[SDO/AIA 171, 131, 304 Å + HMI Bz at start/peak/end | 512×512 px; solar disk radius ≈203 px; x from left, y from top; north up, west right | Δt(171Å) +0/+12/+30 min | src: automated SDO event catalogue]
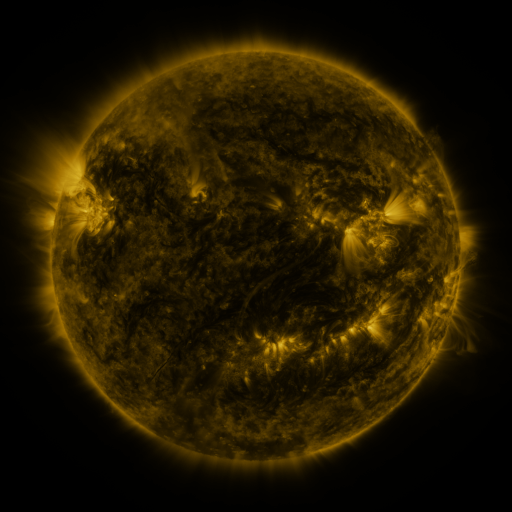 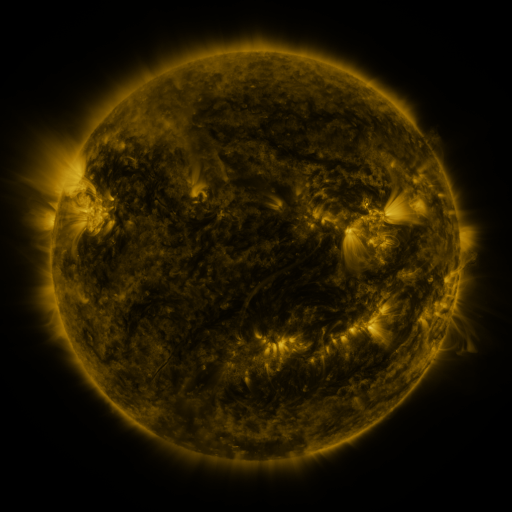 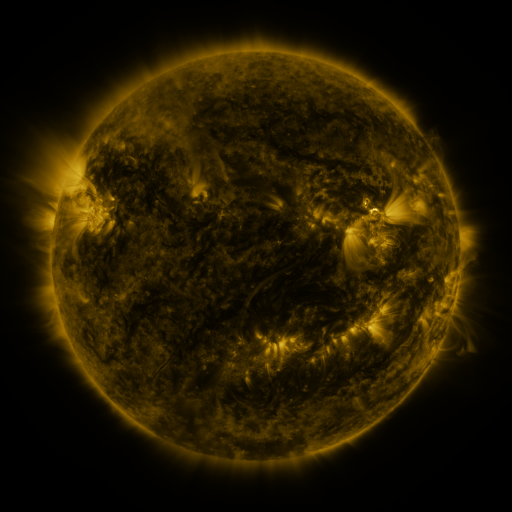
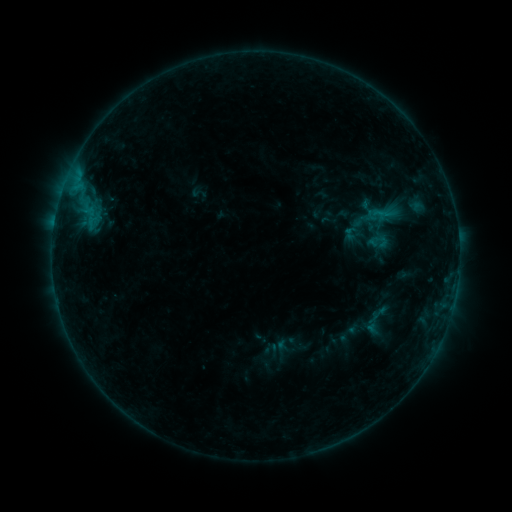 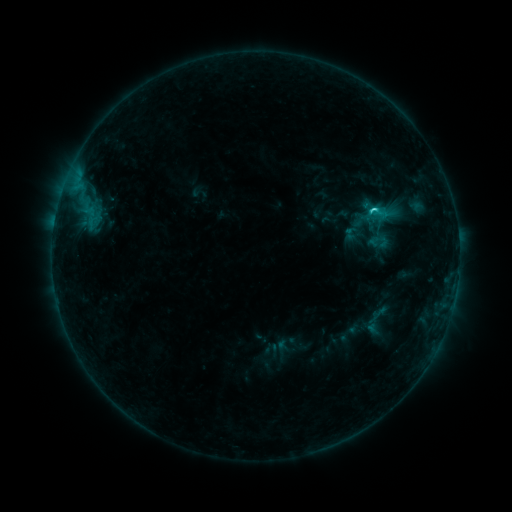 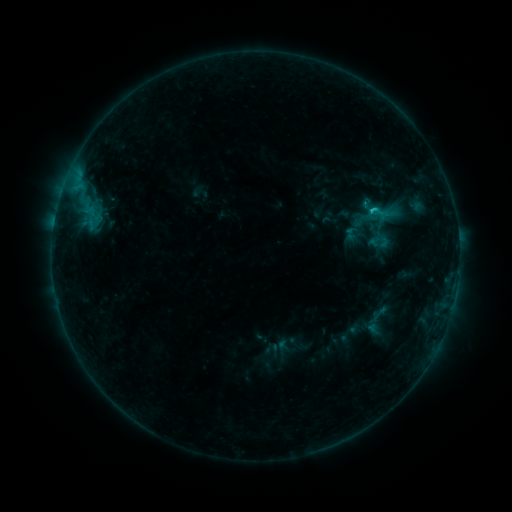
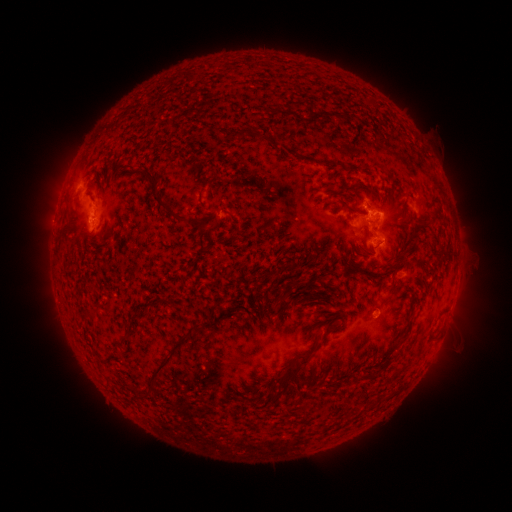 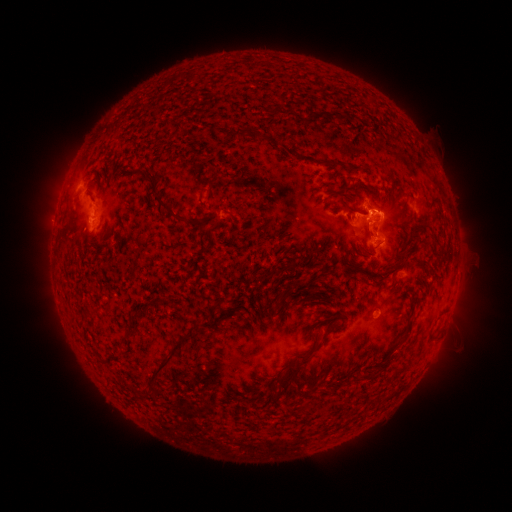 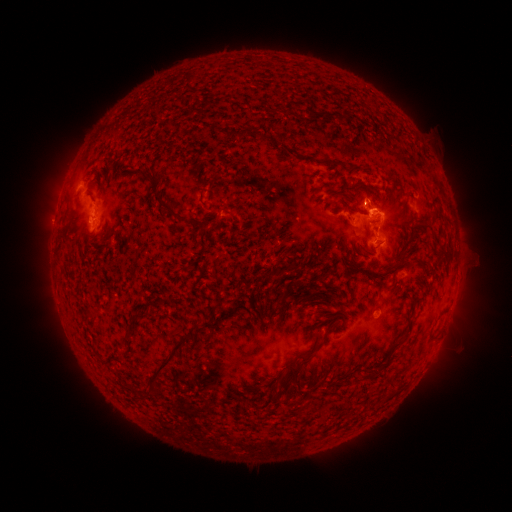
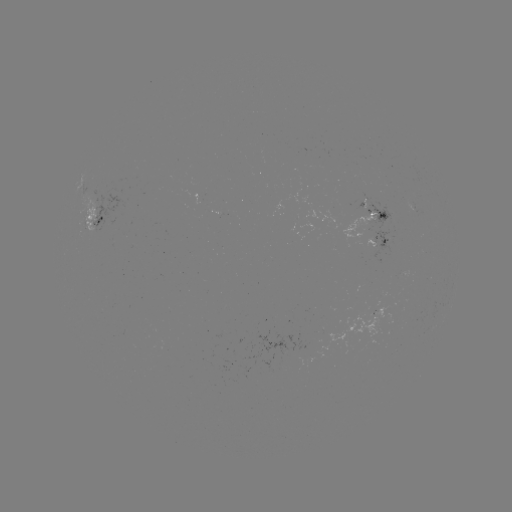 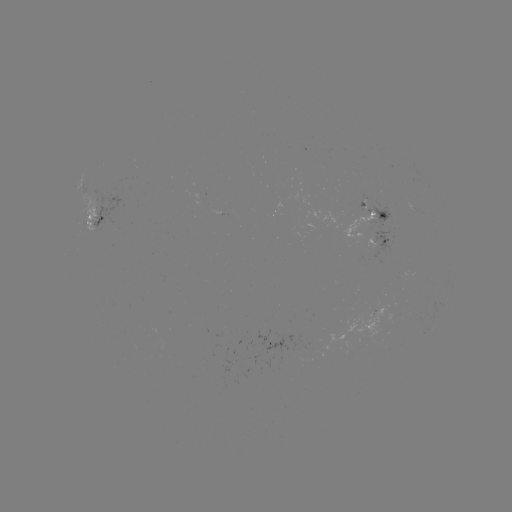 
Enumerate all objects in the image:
C1.6 flare: (372, 212)
